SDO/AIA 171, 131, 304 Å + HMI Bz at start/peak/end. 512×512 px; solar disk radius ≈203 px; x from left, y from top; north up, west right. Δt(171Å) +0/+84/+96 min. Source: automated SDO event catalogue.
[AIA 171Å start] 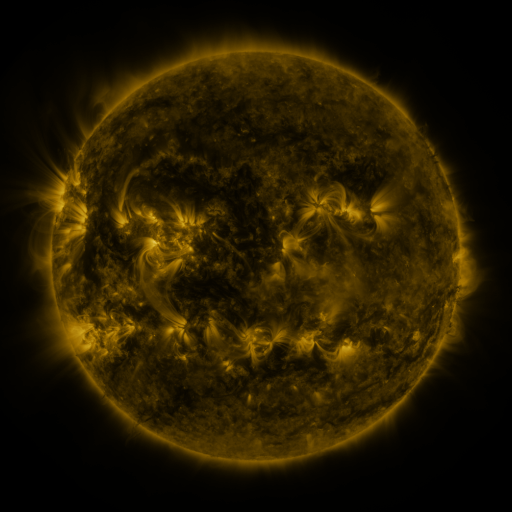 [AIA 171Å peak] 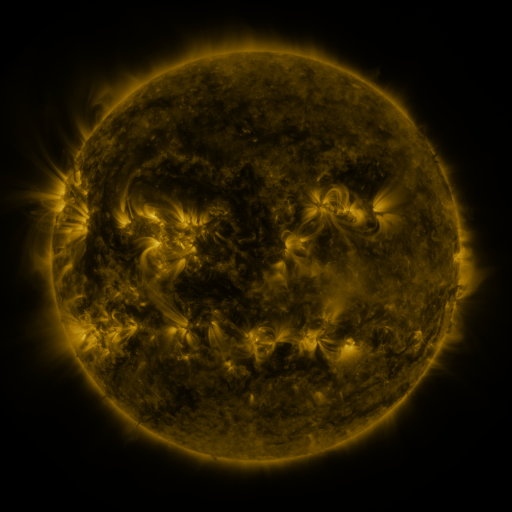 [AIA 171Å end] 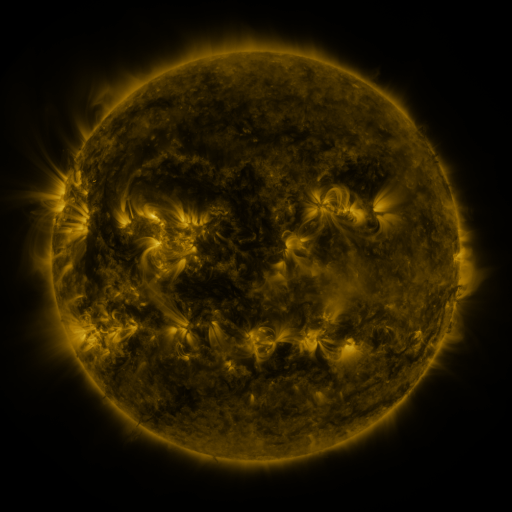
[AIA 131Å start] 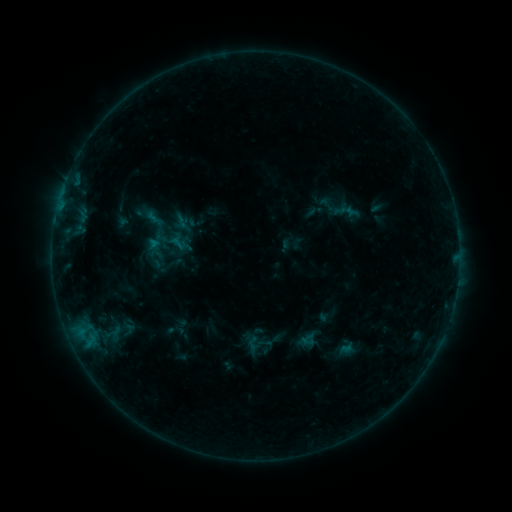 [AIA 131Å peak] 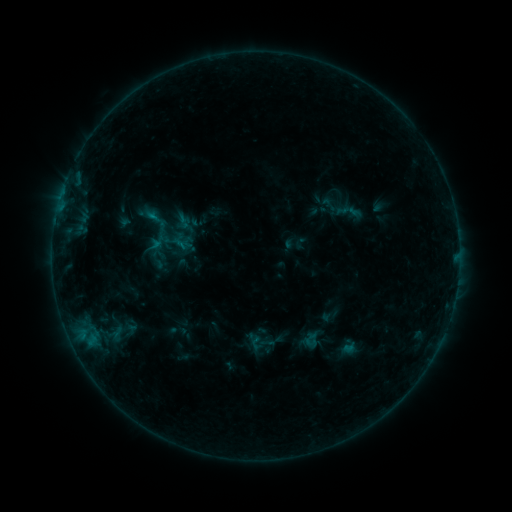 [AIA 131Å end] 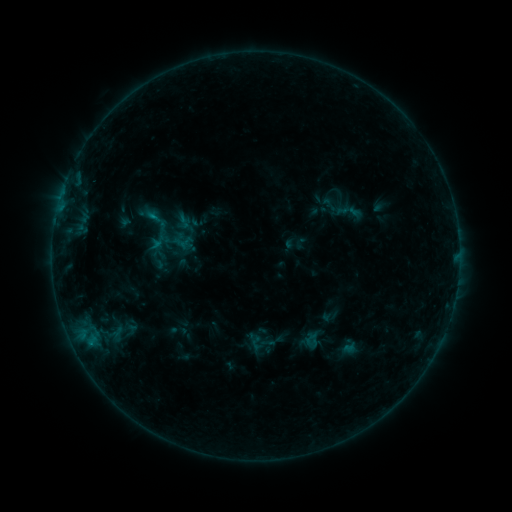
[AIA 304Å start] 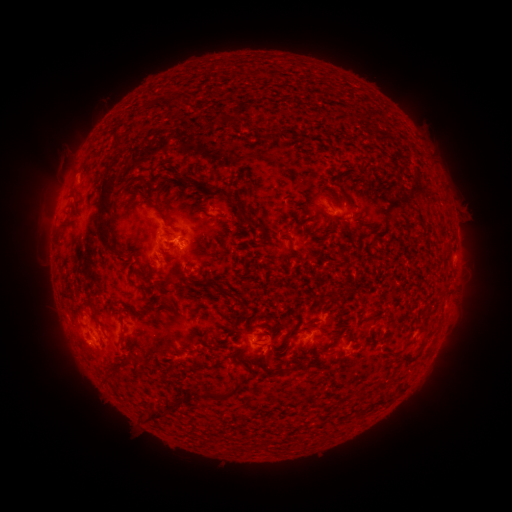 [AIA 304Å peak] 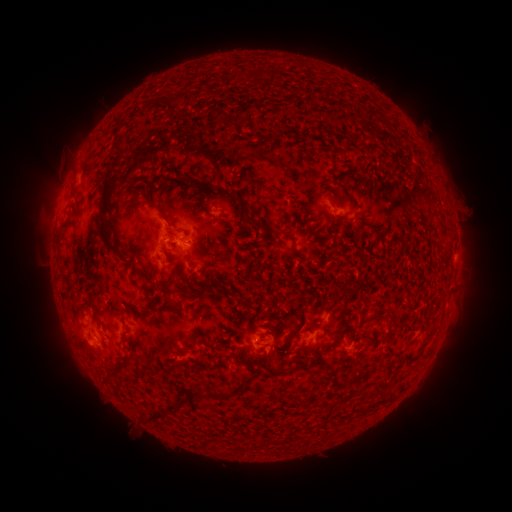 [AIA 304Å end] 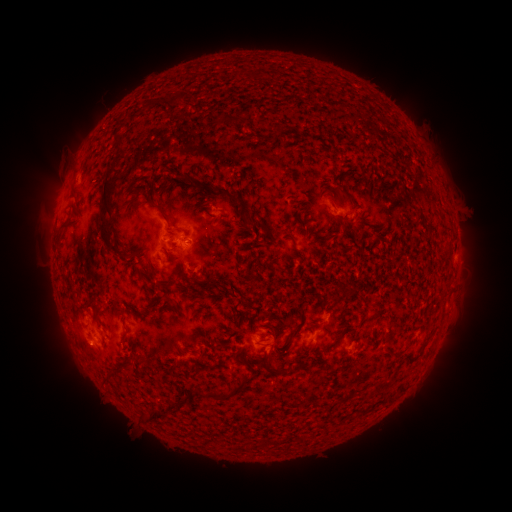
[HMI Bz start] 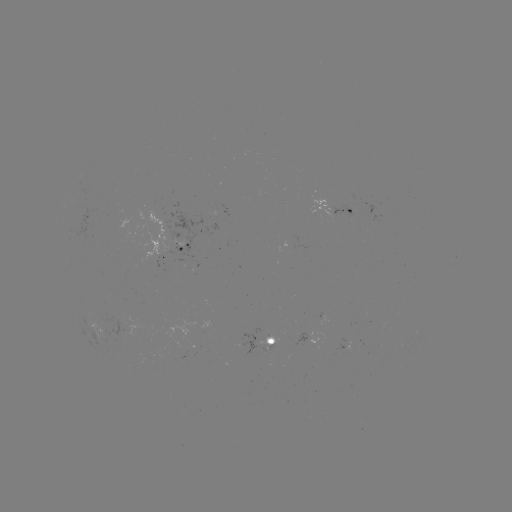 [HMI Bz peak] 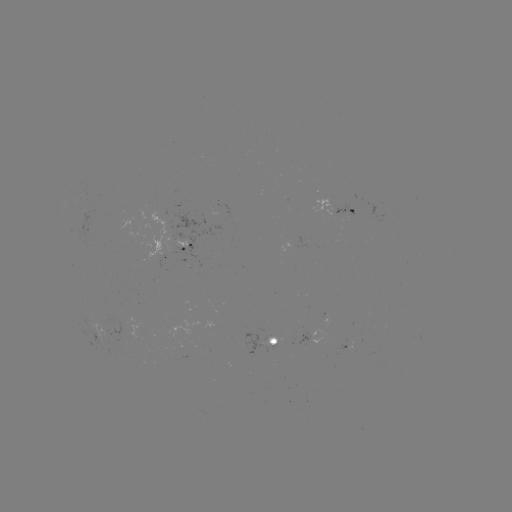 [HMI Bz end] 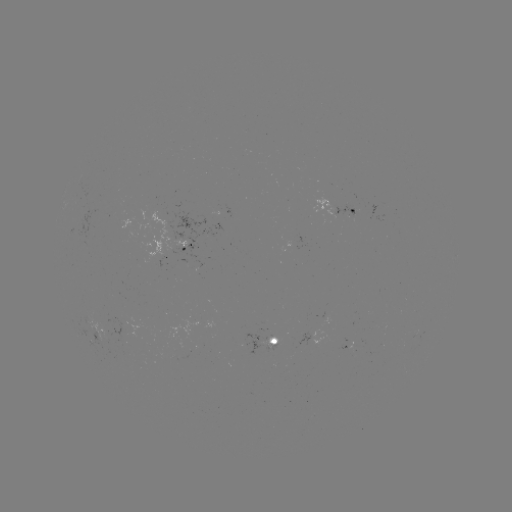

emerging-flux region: (264, 338, 276, 353)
